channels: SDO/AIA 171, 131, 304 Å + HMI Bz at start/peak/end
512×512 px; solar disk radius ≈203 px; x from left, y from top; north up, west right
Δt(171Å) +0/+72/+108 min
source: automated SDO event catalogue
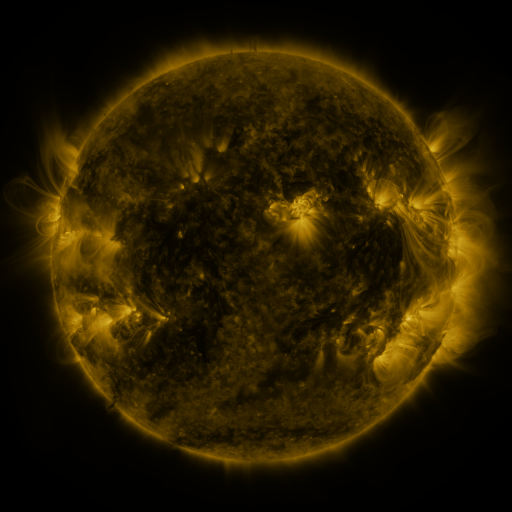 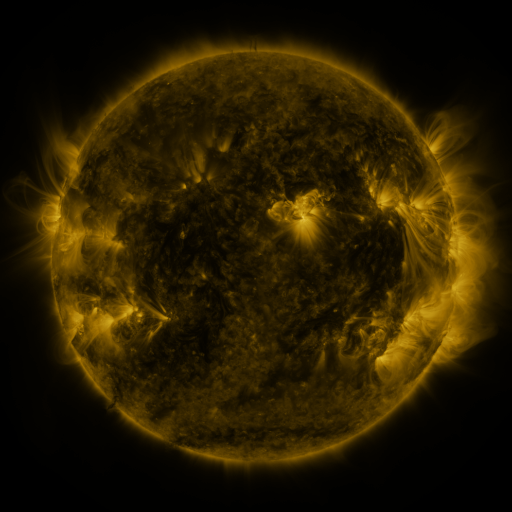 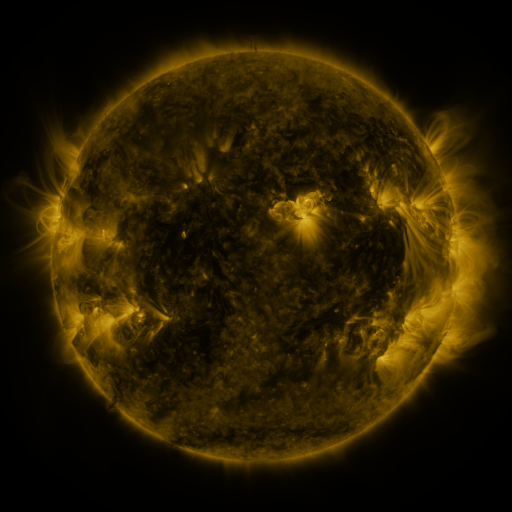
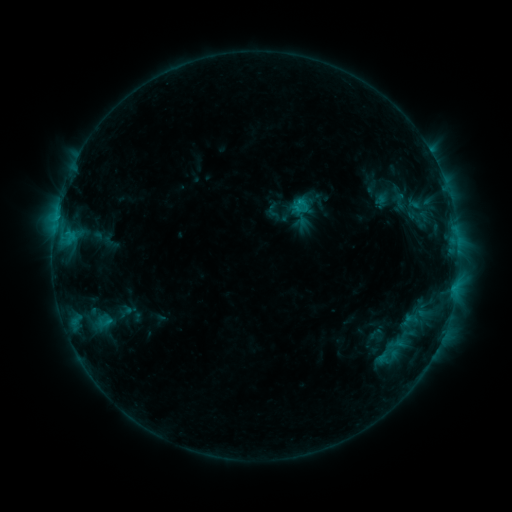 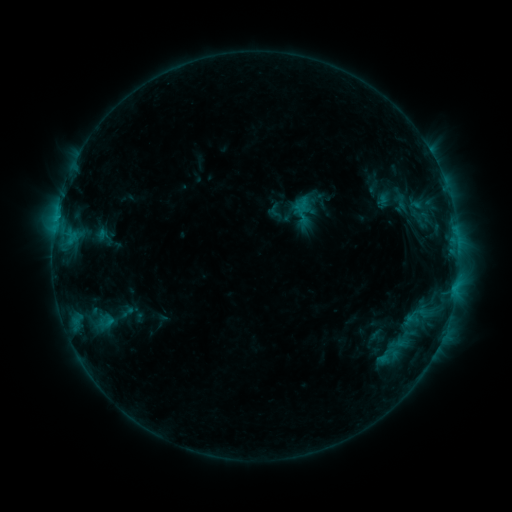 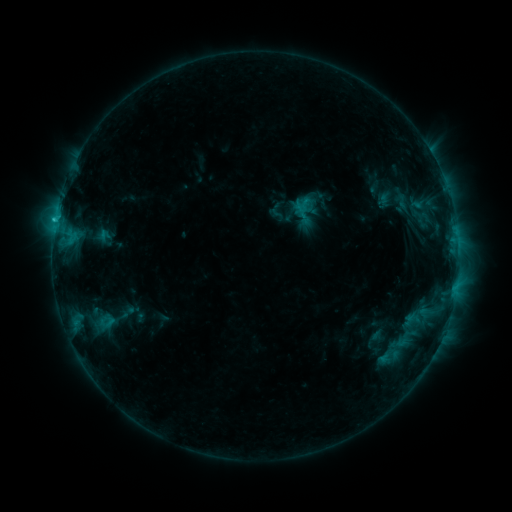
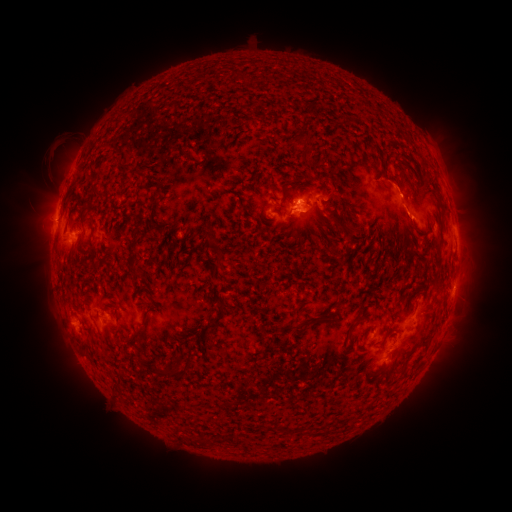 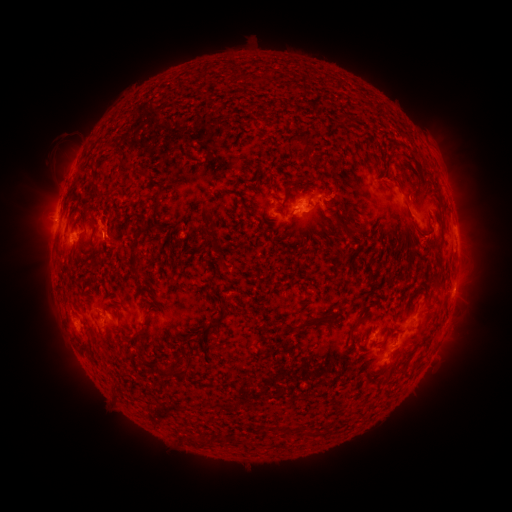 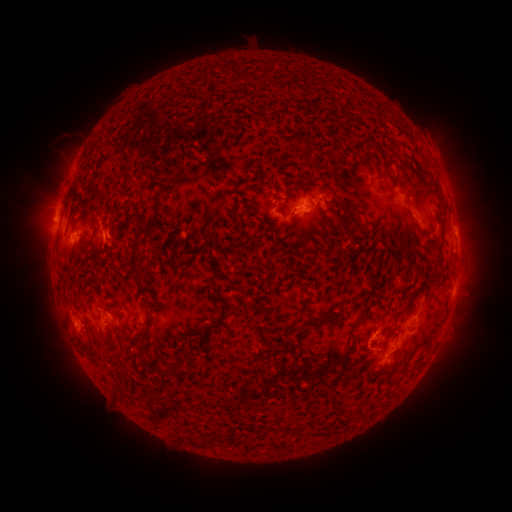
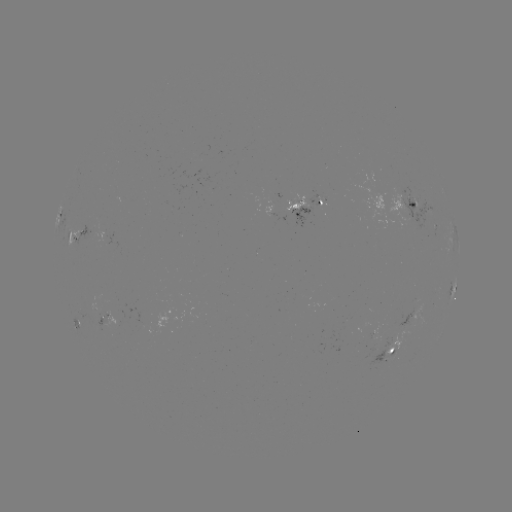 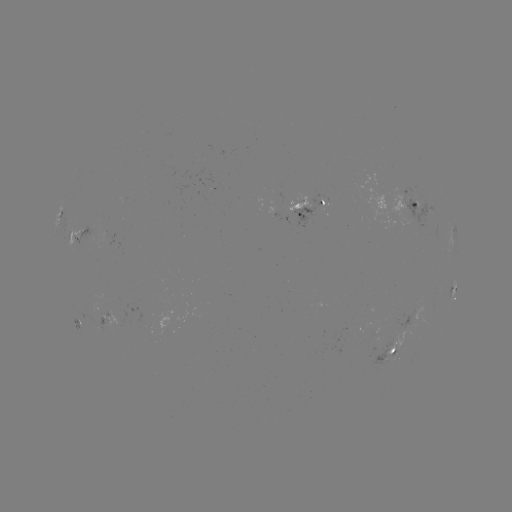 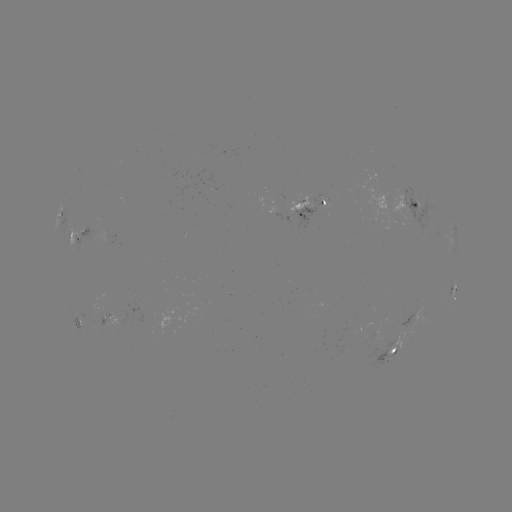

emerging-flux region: [384, 193, 418, 226]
